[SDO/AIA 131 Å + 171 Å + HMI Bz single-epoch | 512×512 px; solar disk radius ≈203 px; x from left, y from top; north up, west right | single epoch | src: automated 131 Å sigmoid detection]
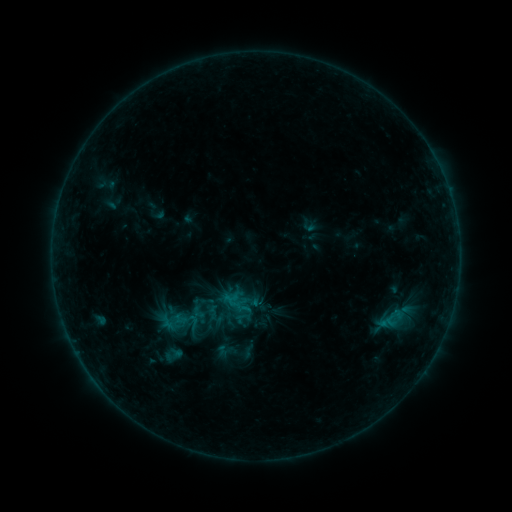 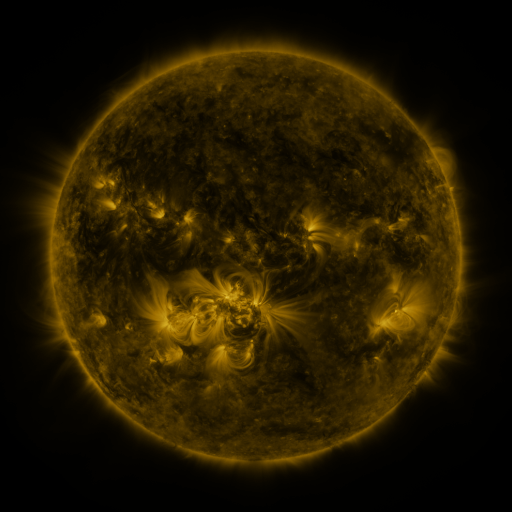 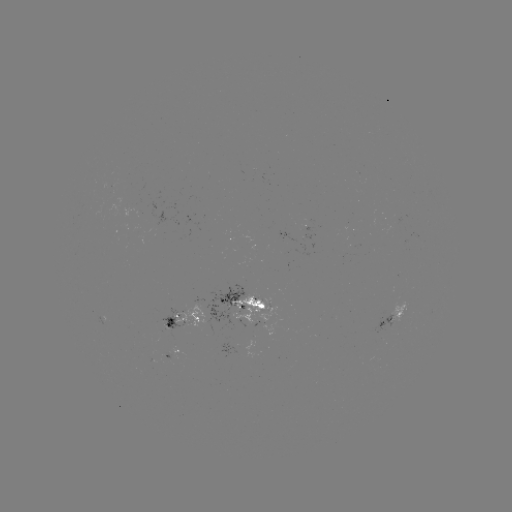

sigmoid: [182, 313, 204, 331]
